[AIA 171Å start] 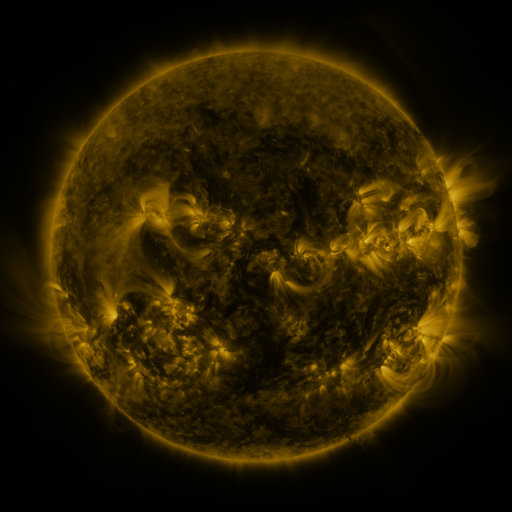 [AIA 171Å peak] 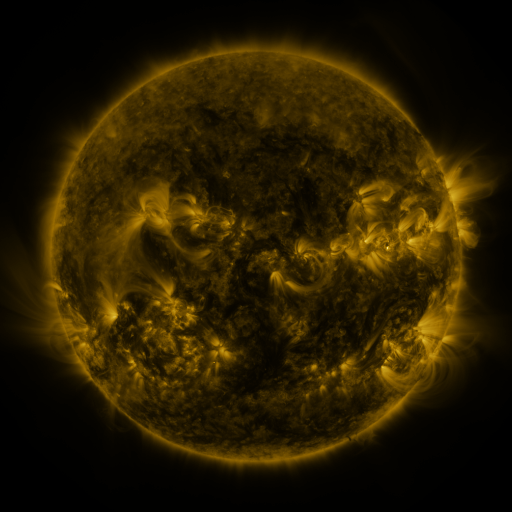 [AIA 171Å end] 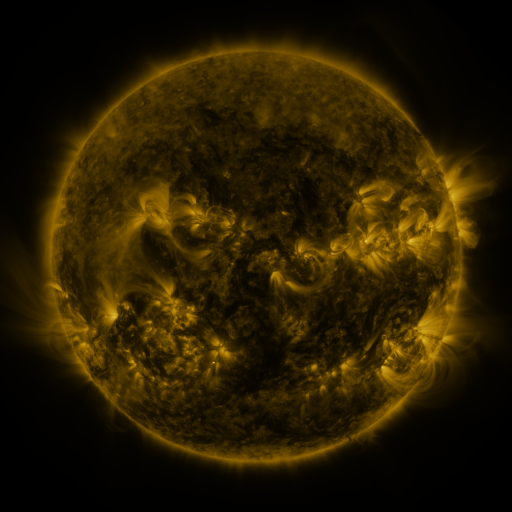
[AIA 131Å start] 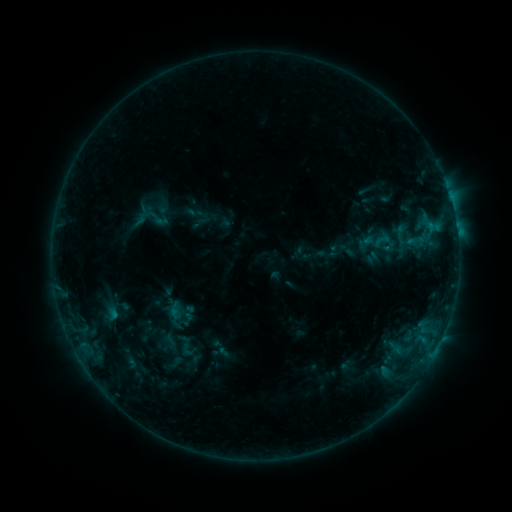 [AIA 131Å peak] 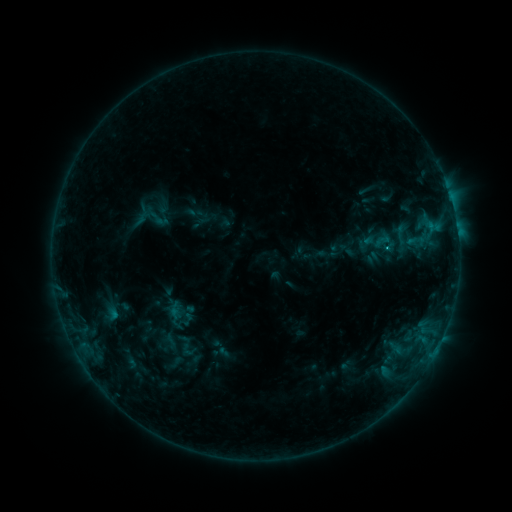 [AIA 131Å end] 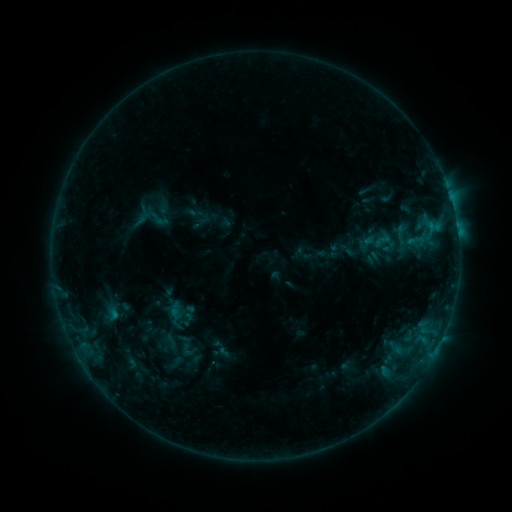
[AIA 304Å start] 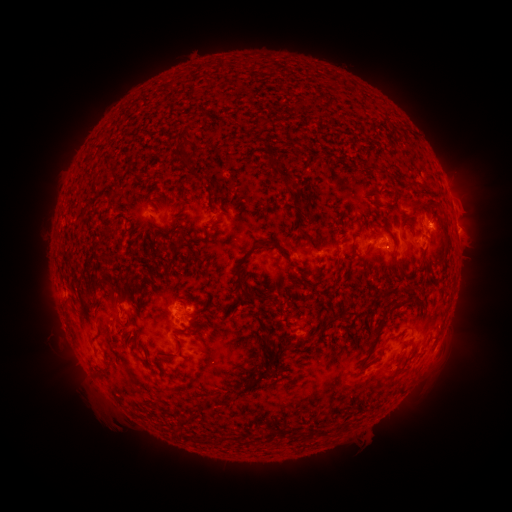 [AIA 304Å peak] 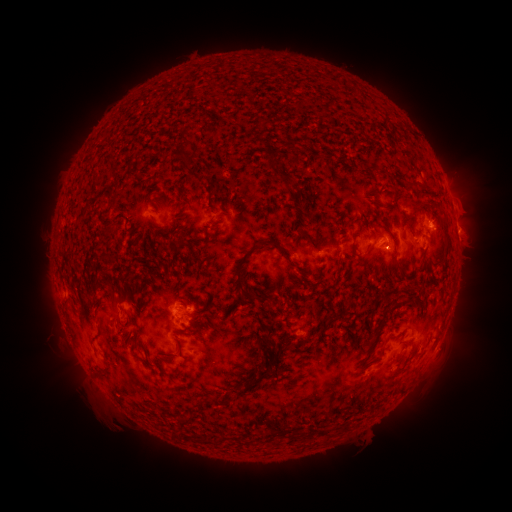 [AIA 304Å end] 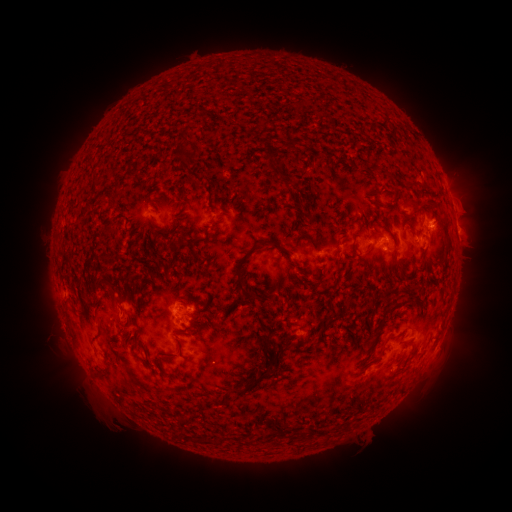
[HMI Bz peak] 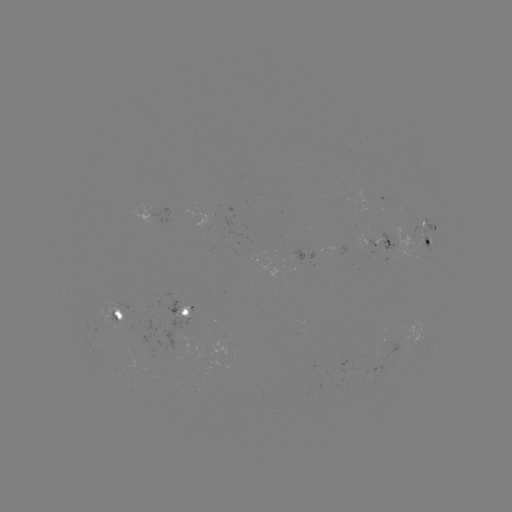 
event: flare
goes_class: B8.5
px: (356, 241)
